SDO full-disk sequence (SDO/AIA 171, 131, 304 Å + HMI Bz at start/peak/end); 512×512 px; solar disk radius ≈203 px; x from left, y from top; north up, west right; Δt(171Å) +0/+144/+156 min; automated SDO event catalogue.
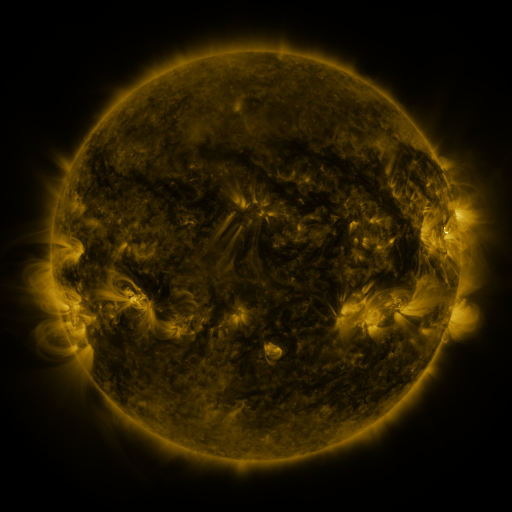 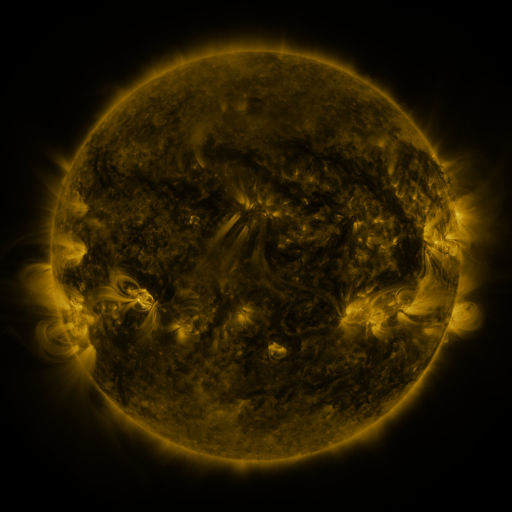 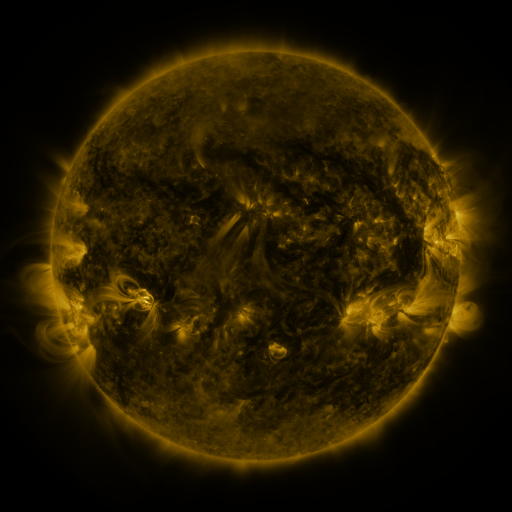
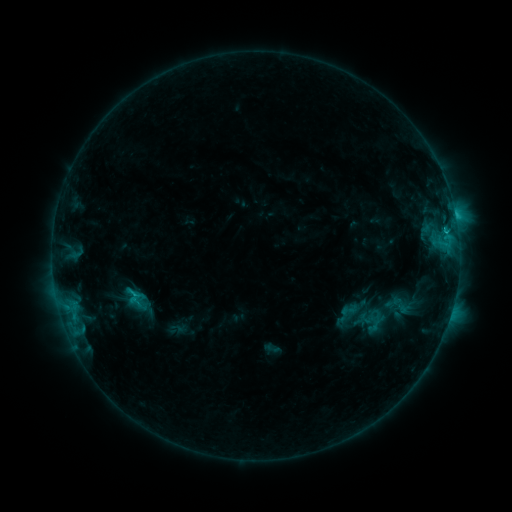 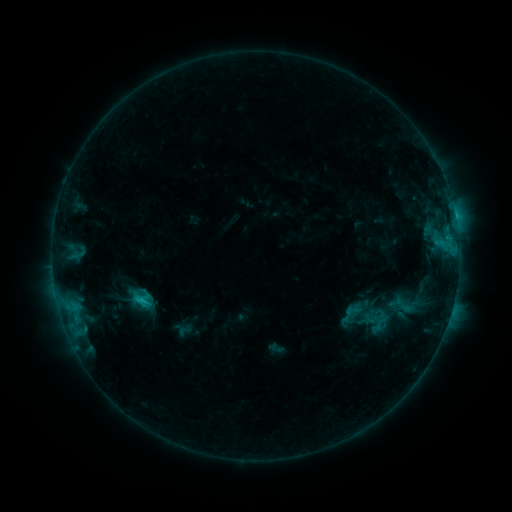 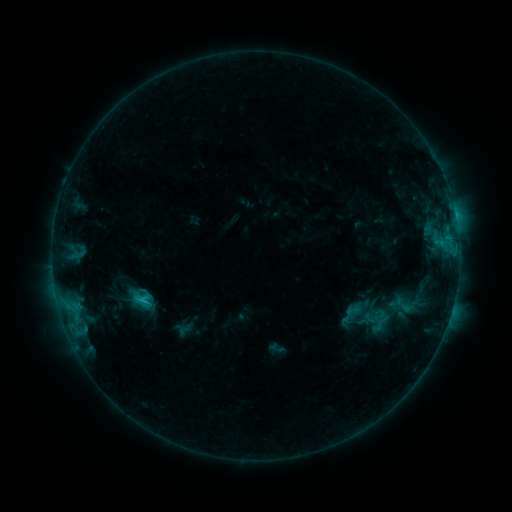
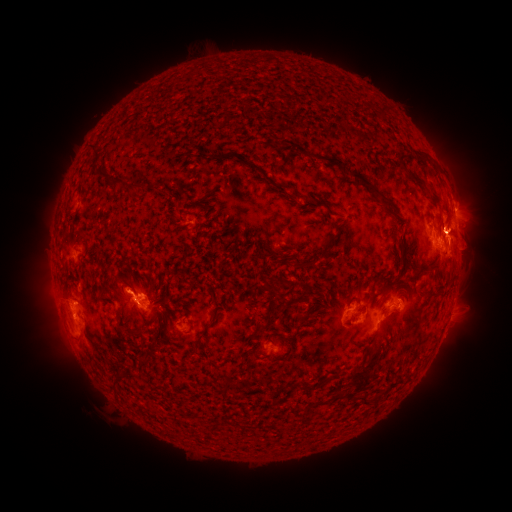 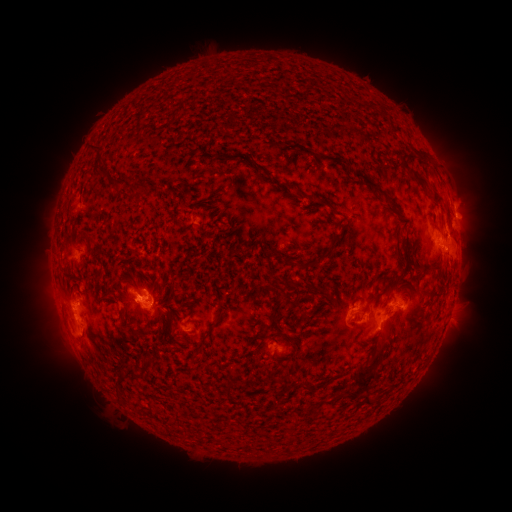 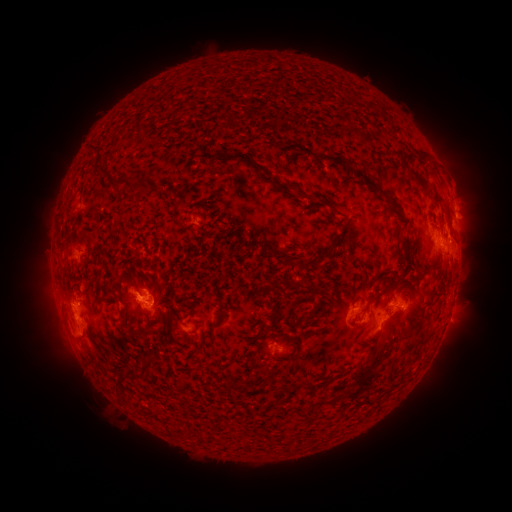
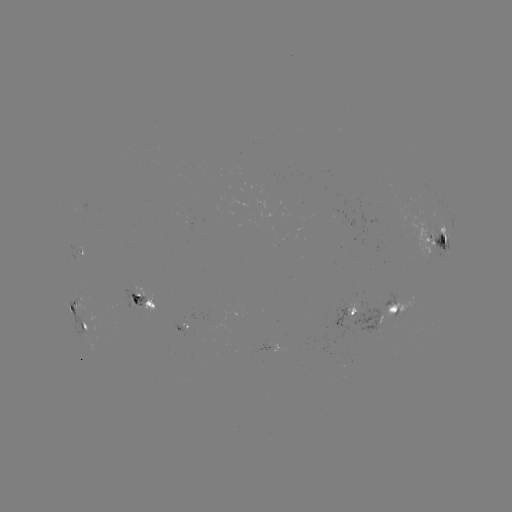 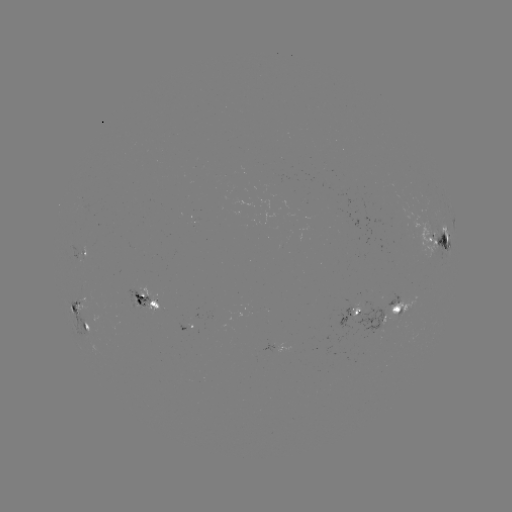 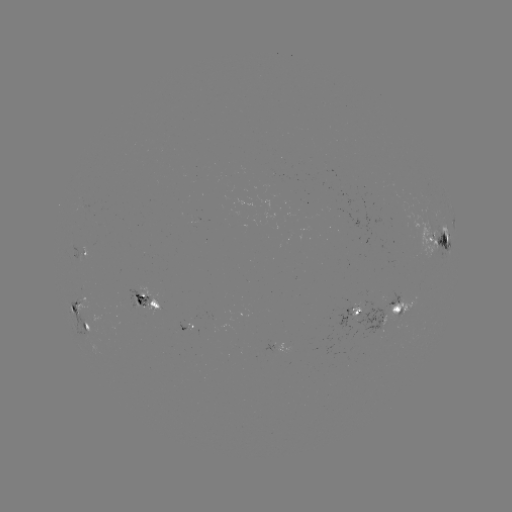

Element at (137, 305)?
emerging-flux region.